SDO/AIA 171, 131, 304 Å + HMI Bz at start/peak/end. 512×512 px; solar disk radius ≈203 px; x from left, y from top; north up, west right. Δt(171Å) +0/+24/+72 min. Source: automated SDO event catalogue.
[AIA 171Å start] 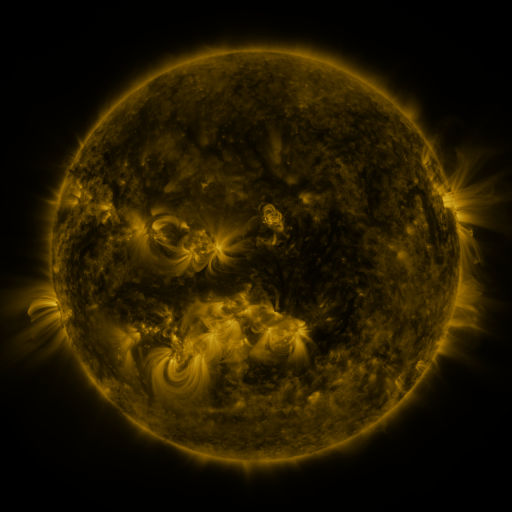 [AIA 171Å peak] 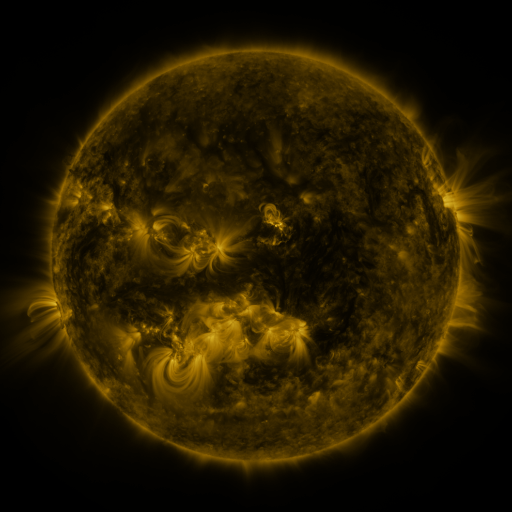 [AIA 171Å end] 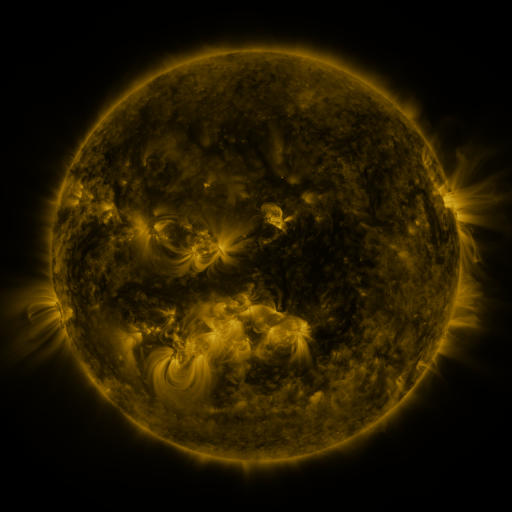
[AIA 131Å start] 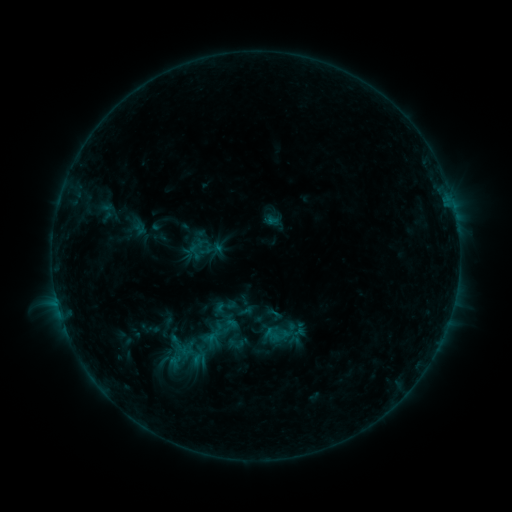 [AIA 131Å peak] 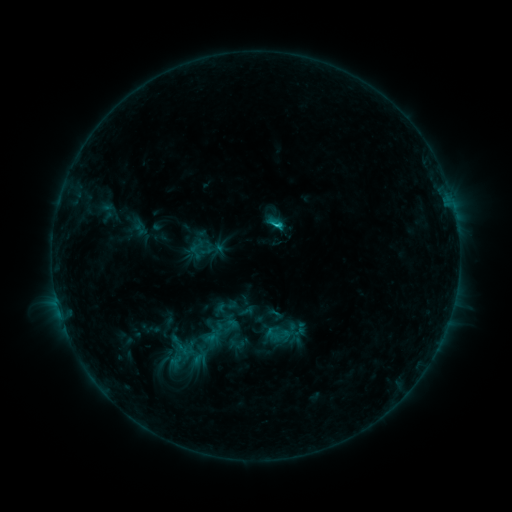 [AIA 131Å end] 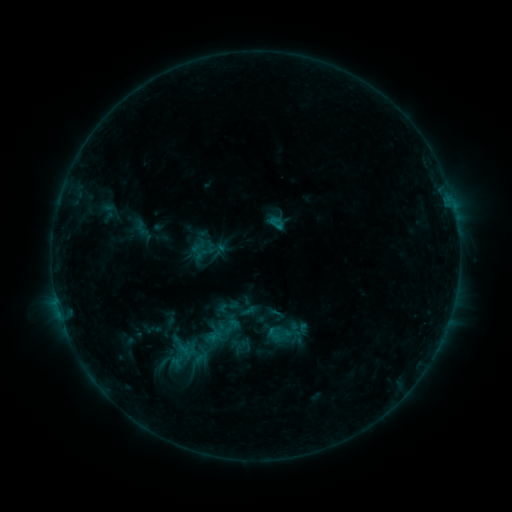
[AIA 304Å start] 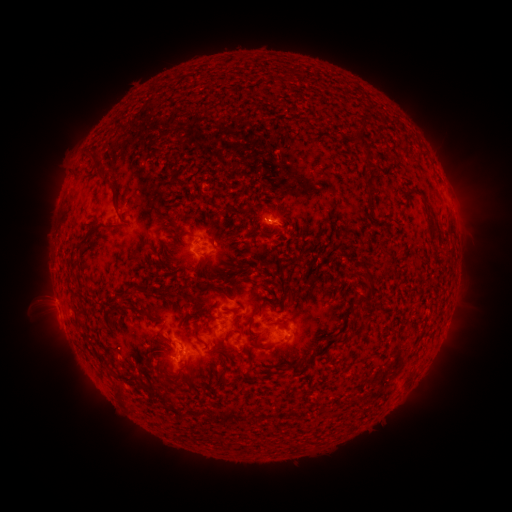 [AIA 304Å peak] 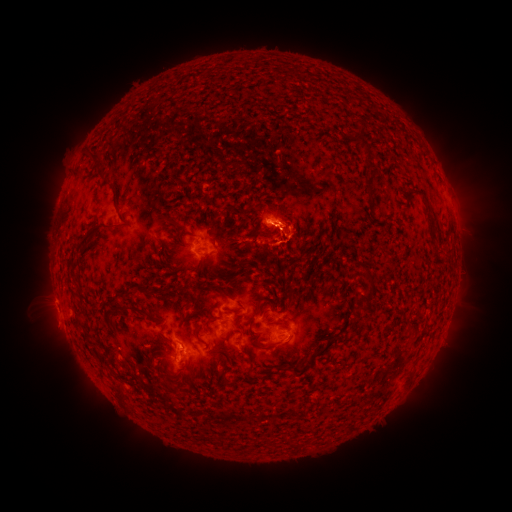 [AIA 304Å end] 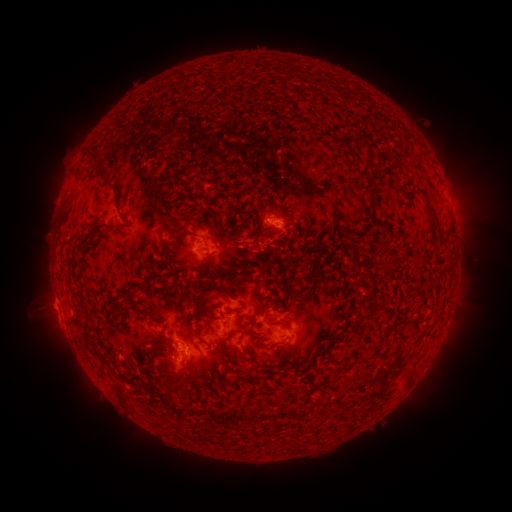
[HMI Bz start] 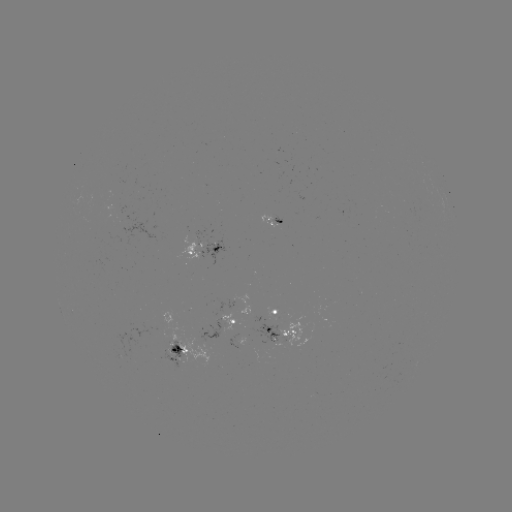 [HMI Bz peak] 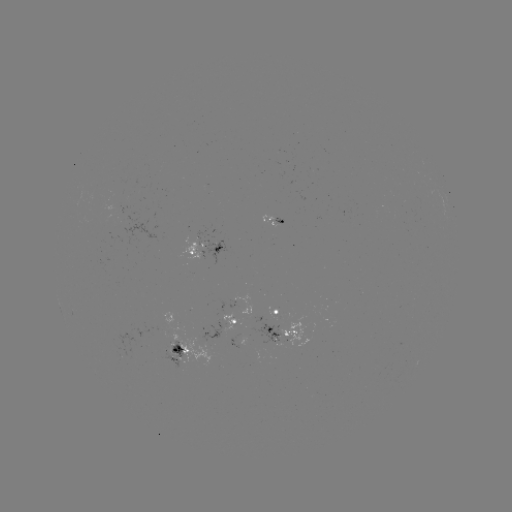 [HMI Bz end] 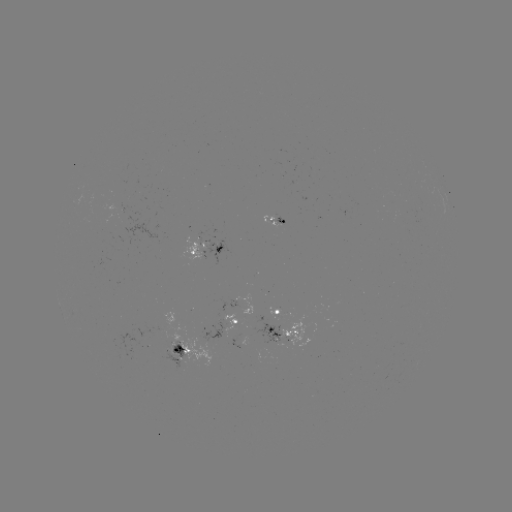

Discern C1.0 flare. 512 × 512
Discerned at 277,226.